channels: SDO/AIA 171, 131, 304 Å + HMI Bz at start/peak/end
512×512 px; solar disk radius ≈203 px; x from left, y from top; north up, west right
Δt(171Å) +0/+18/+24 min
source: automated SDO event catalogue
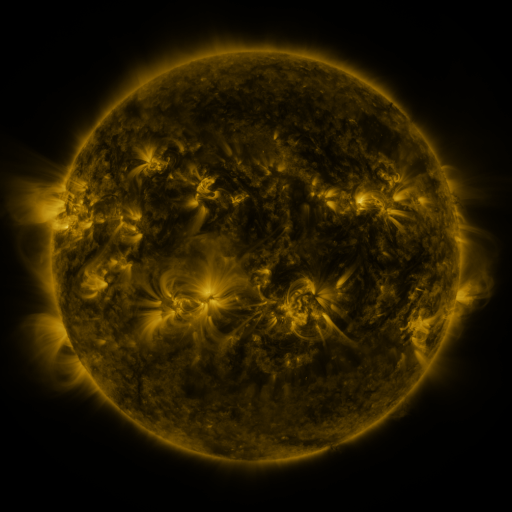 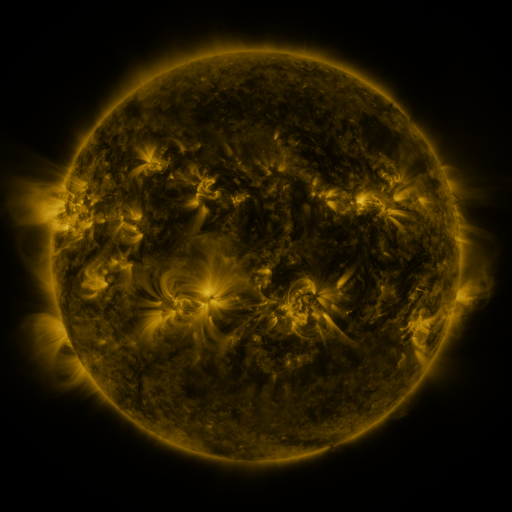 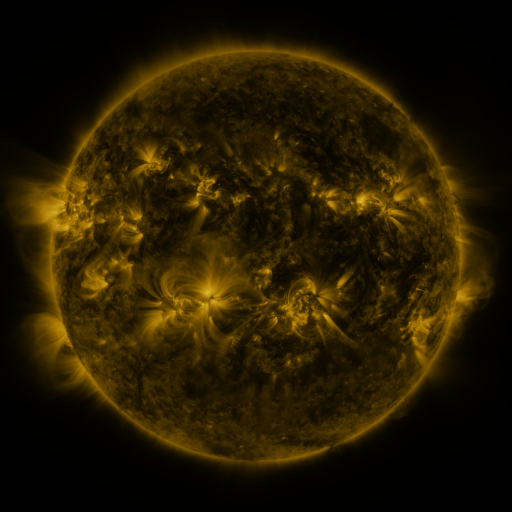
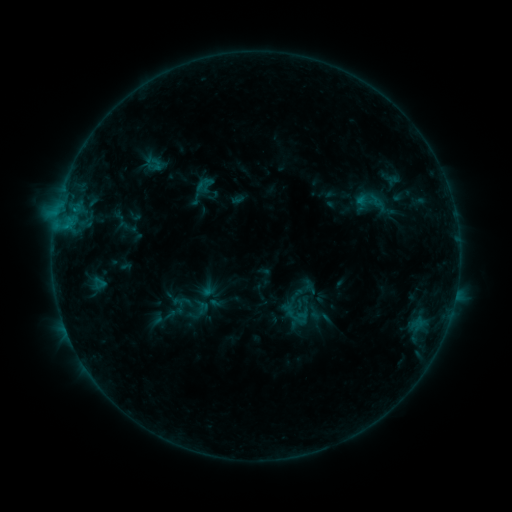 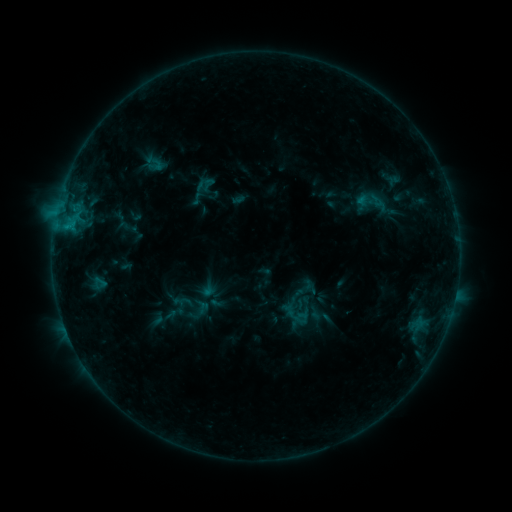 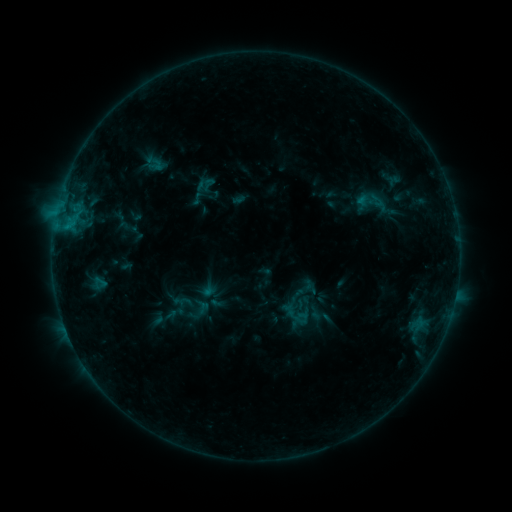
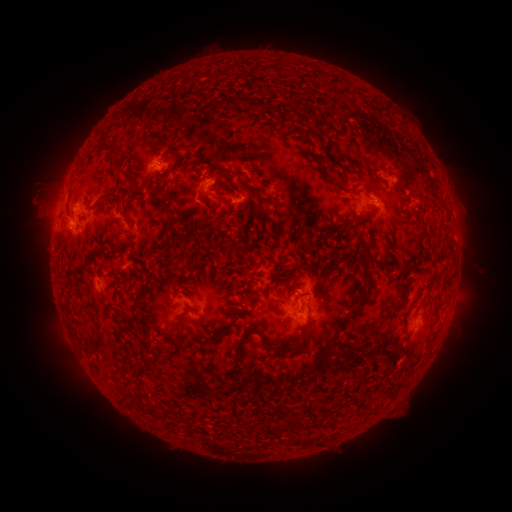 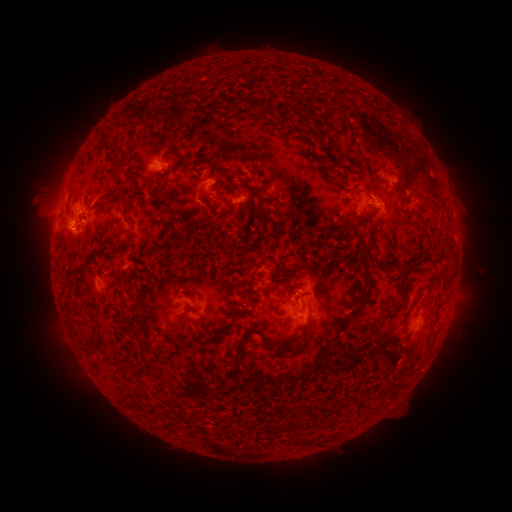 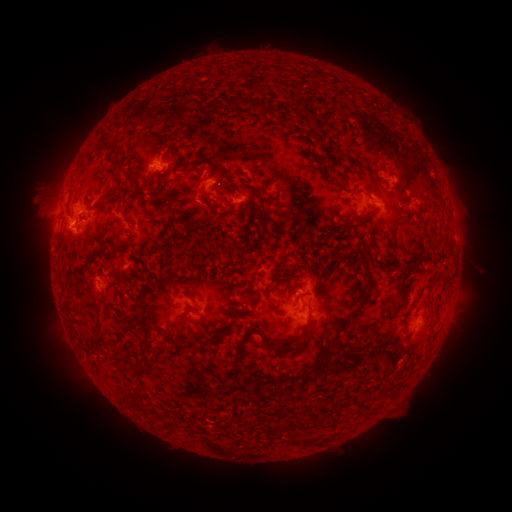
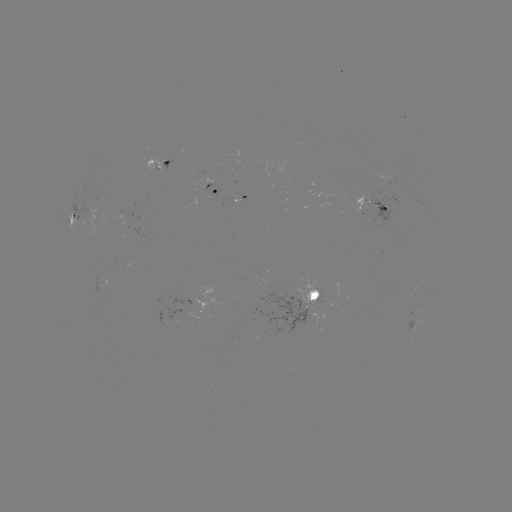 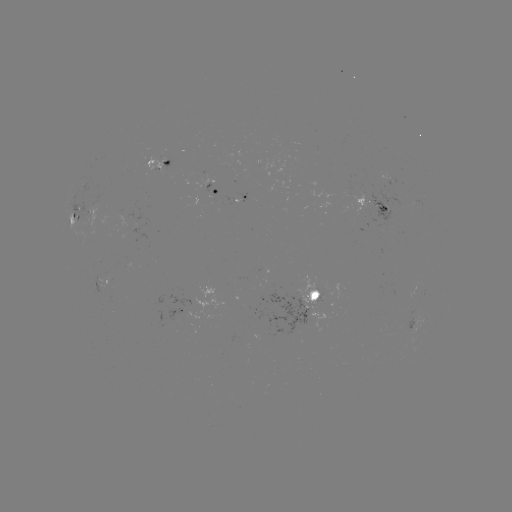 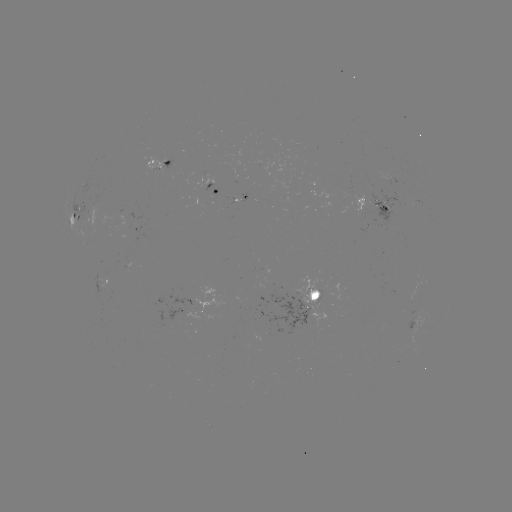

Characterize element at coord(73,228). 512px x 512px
B7.8 flare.